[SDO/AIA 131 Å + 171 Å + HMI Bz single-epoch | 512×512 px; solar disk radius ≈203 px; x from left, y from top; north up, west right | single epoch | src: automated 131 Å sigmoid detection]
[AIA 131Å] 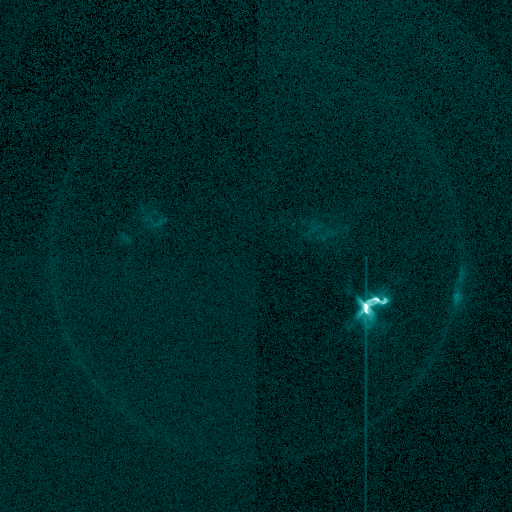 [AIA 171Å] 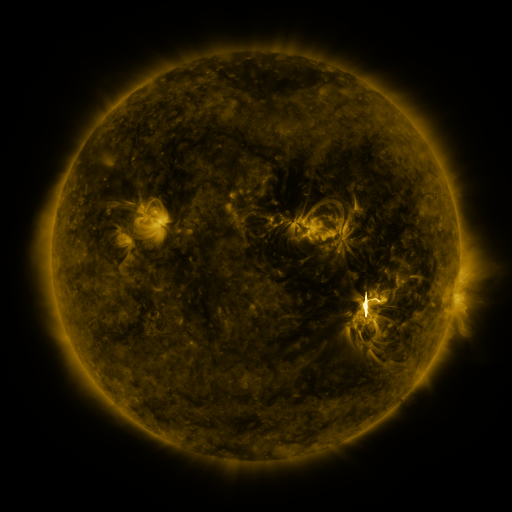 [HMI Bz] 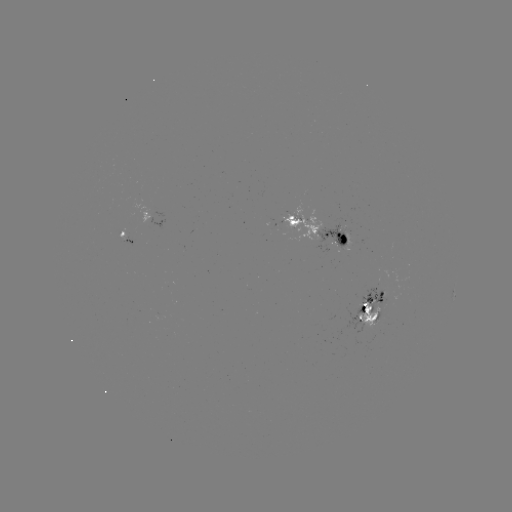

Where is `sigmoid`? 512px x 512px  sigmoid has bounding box [355, 288, 391, 323].